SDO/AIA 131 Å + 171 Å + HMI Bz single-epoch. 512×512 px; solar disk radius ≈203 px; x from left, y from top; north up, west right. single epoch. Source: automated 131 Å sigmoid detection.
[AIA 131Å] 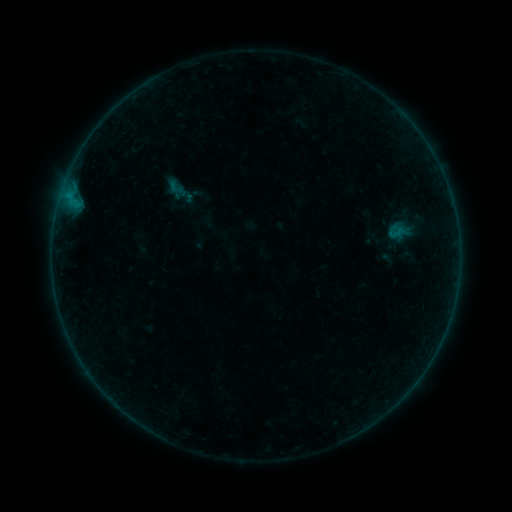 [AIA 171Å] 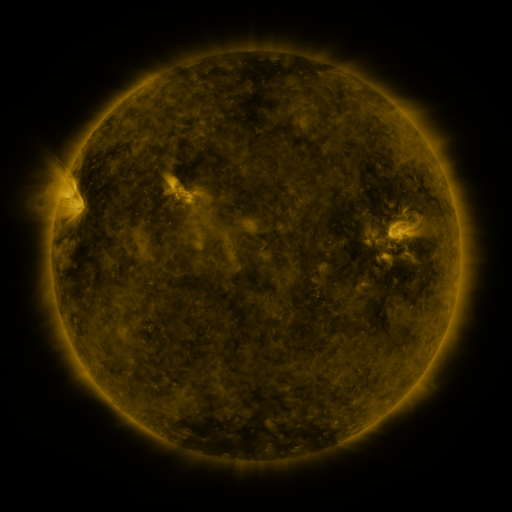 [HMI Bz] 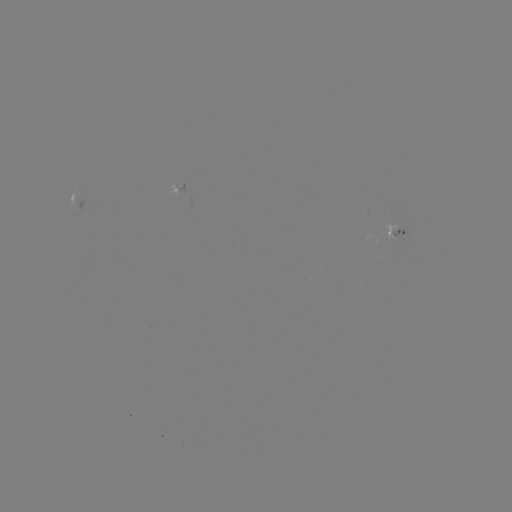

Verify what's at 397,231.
sigmoid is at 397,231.